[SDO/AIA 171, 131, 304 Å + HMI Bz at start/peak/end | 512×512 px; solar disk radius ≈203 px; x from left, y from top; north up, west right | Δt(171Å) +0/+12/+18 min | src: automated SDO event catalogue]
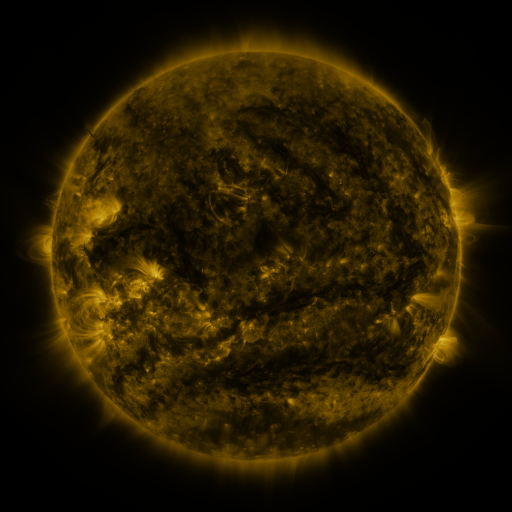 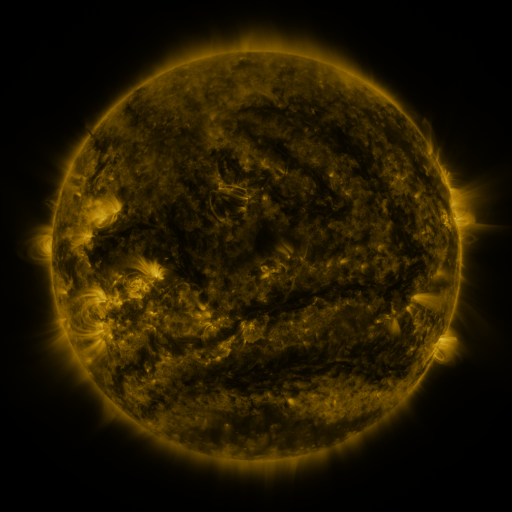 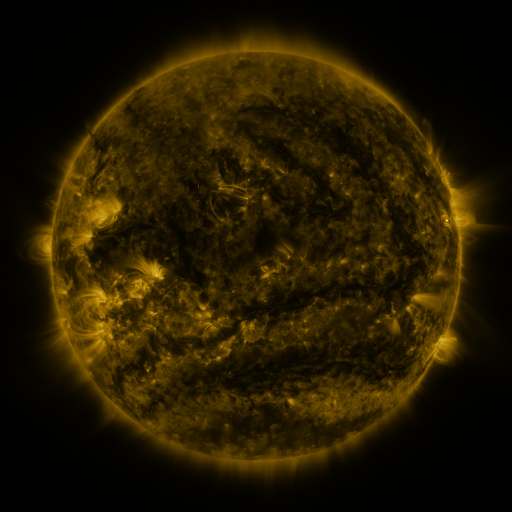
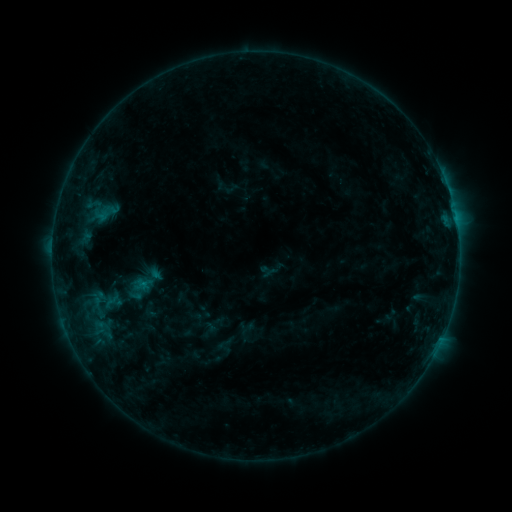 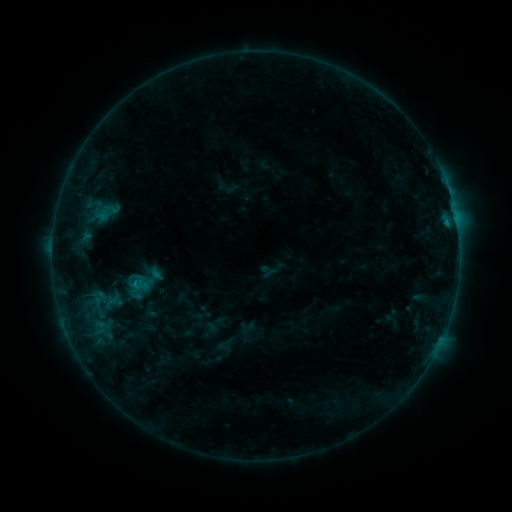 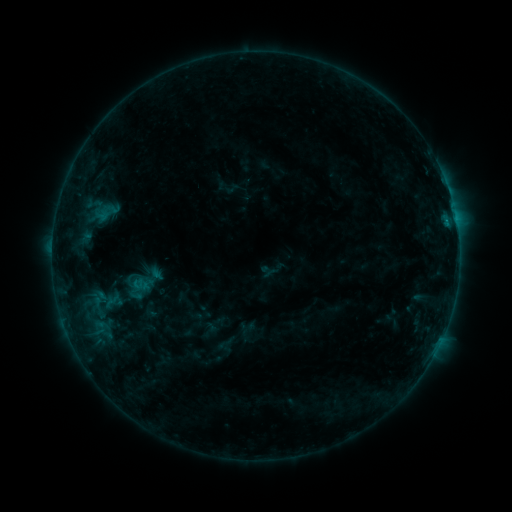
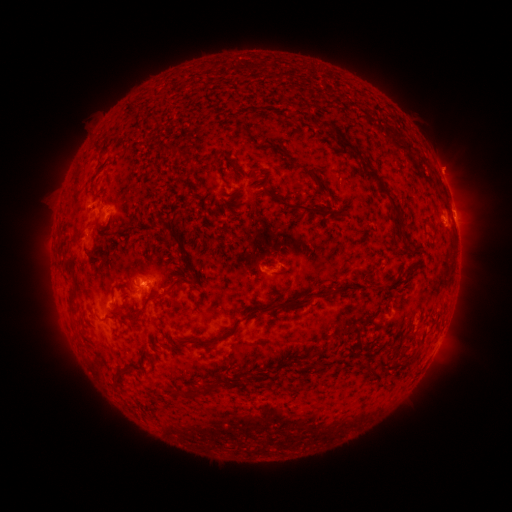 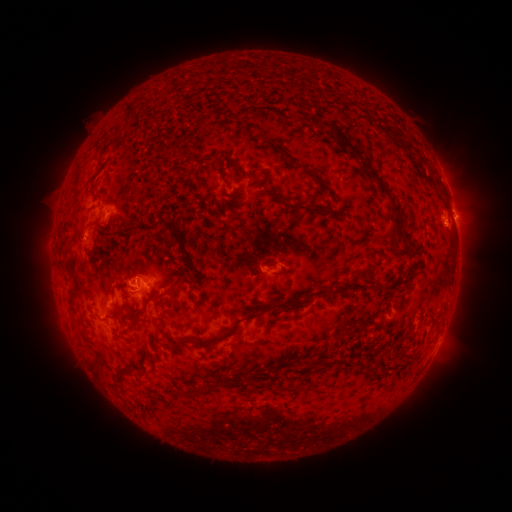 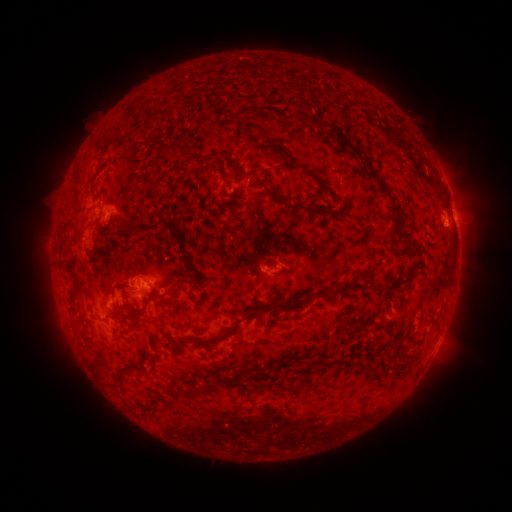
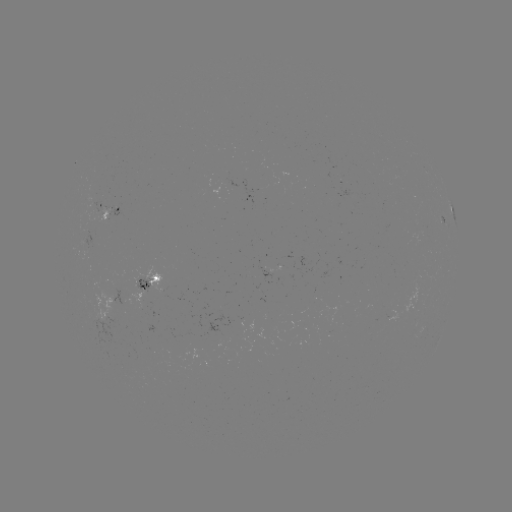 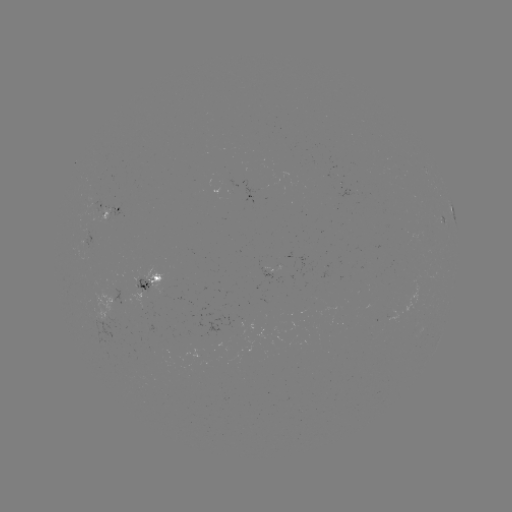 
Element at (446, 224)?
B7.5 flare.